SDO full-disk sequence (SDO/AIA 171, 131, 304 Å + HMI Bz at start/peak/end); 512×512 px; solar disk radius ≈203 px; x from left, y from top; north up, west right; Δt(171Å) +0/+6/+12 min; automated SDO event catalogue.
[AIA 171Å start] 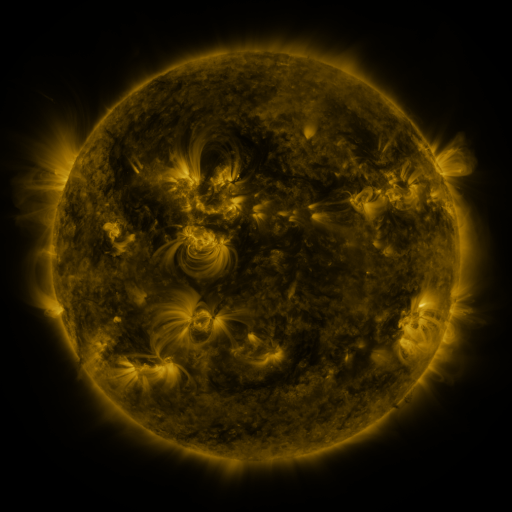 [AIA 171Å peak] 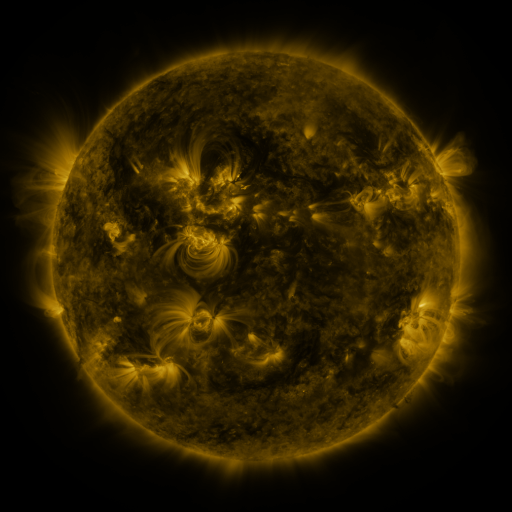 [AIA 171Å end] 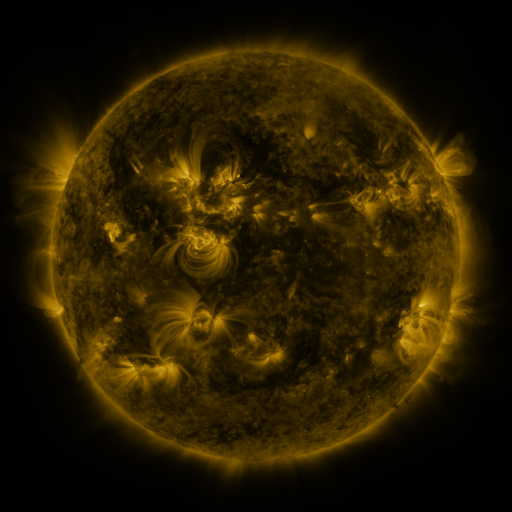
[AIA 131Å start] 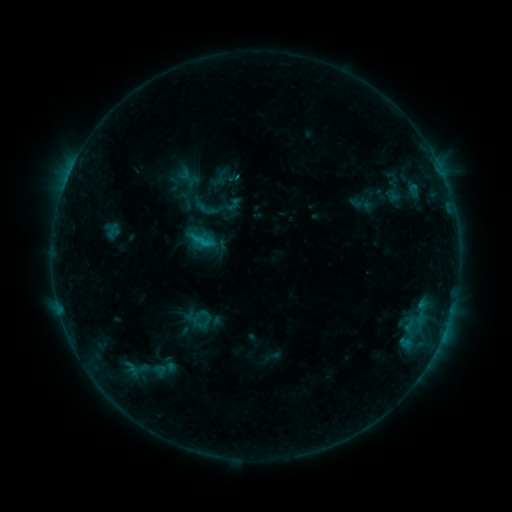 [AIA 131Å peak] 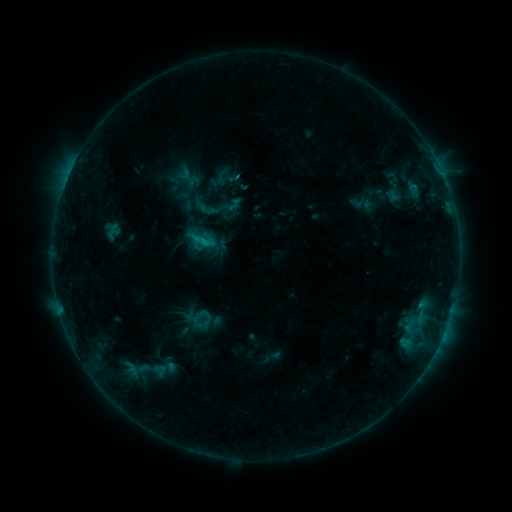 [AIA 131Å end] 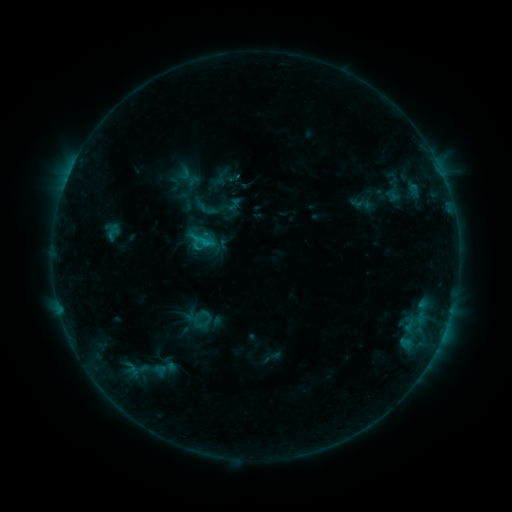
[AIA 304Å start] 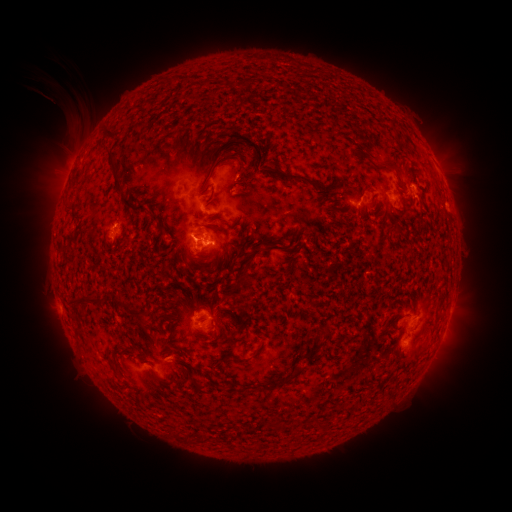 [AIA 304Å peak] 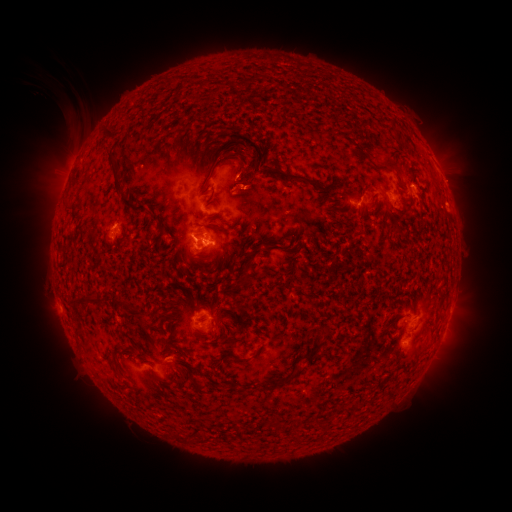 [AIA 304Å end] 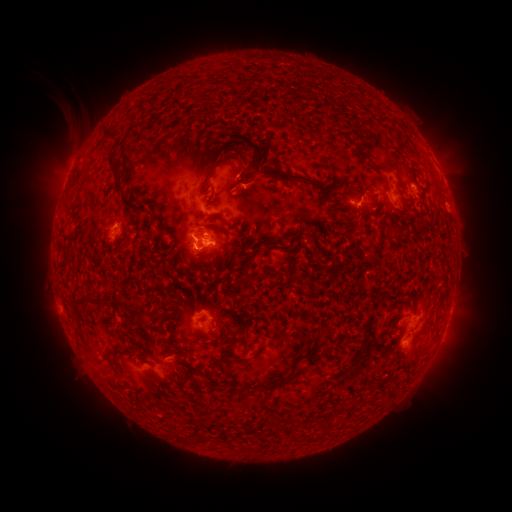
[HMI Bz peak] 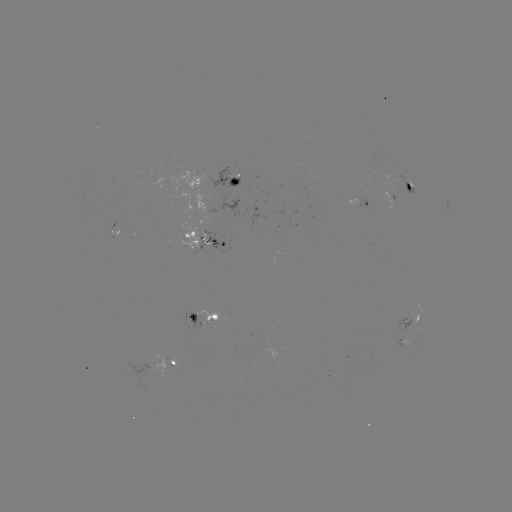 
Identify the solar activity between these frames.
eruption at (256, 186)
